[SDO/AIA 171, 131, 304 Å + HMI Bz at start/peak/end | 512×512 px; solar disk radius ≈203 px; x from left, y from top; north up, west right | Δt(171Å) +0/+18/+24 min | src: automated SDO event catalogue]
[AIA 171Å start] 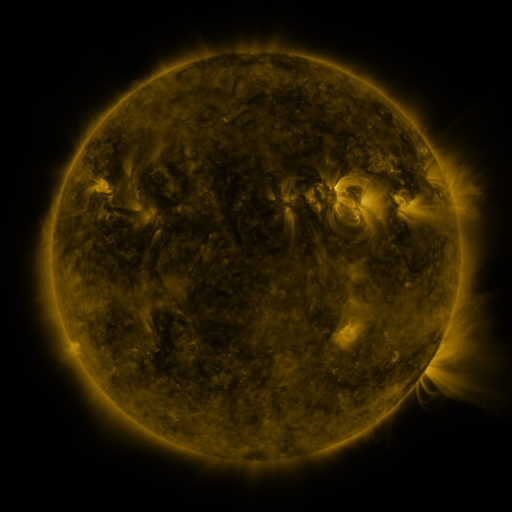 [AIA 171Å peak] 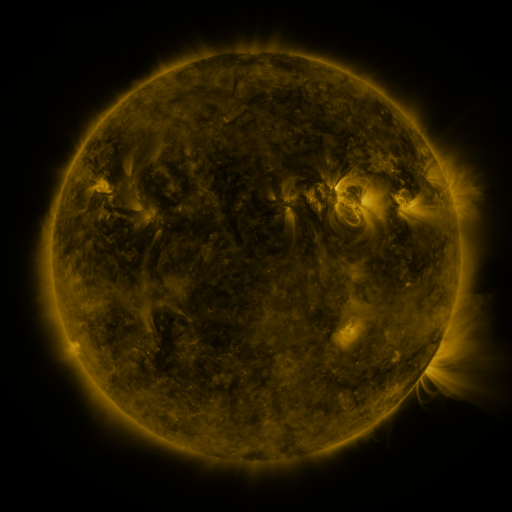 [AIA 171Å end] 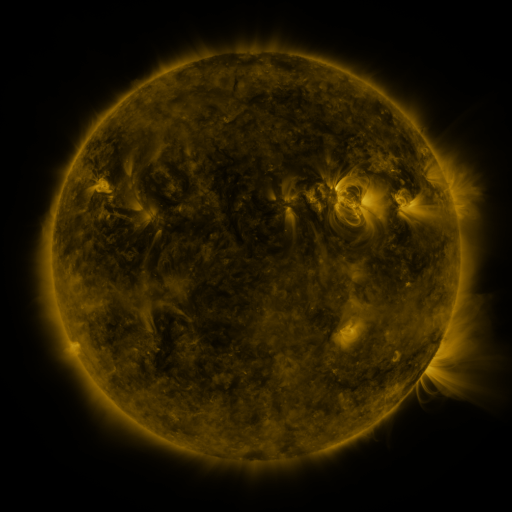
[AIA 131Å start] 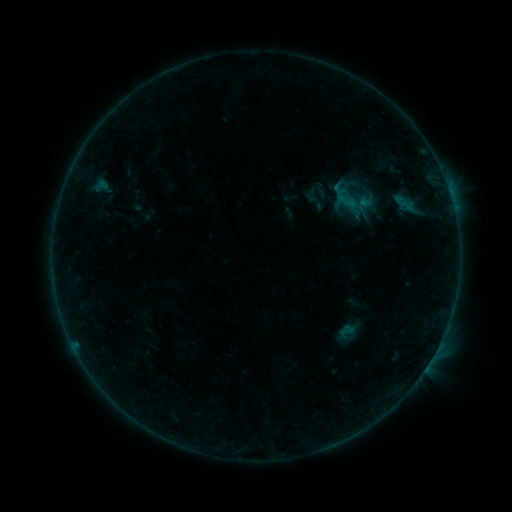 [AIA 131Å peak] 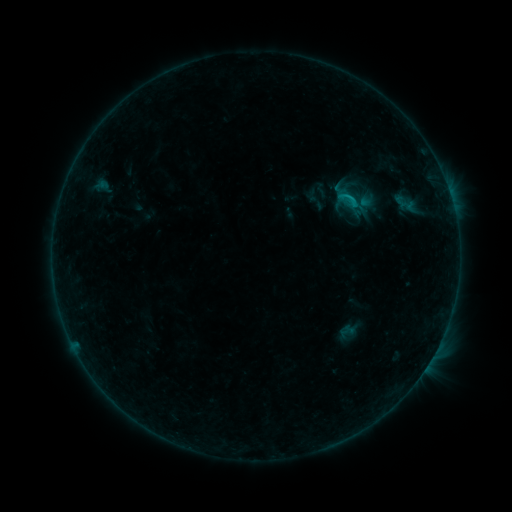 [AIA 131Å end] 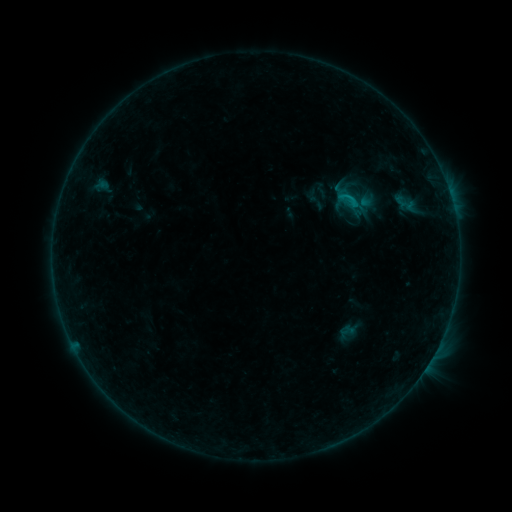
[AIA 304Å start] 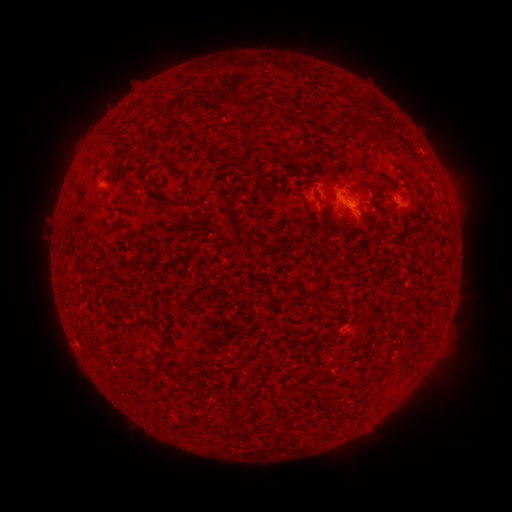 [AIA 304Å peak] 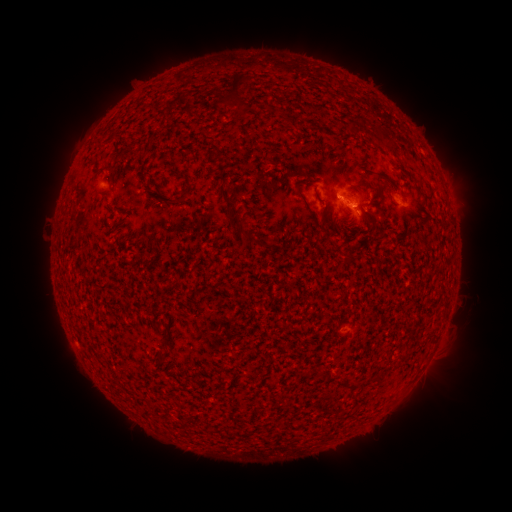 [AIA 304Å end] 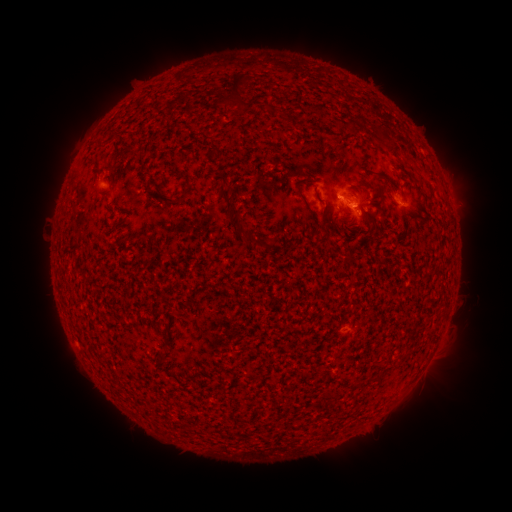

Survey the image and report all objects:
B5.8 flare: (345, 203)
